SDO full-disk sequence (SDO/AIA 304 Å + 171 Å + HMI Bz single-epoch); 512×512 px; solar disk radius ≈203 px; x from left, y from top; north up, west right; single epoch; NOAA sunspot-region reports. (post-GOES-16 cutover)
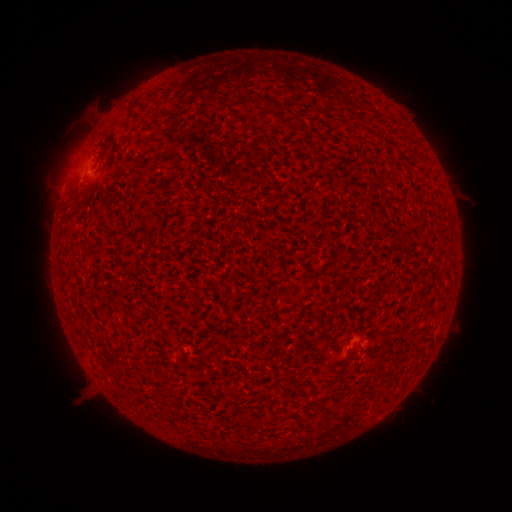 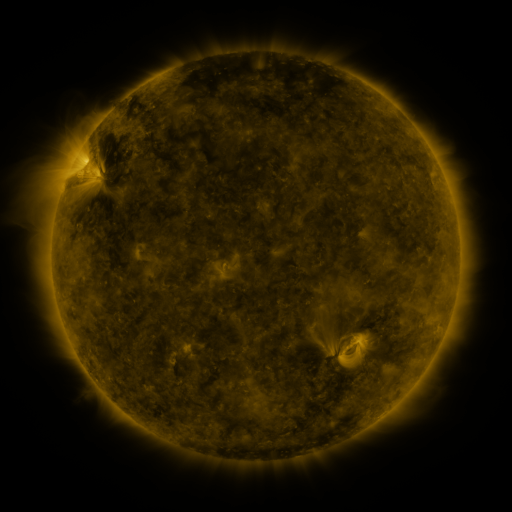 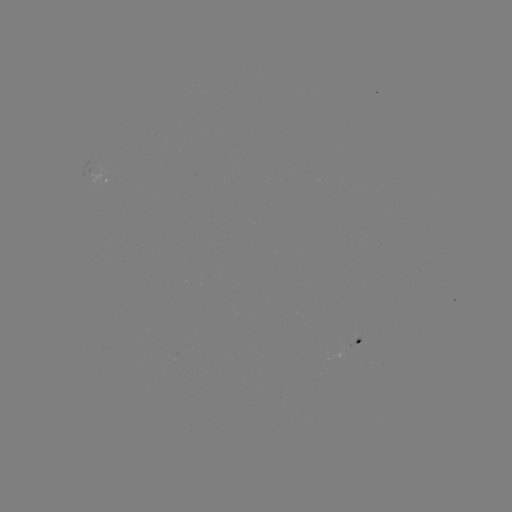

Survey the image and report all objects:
spotted active region: (101, 197)
spotted active region: (368, 327)
